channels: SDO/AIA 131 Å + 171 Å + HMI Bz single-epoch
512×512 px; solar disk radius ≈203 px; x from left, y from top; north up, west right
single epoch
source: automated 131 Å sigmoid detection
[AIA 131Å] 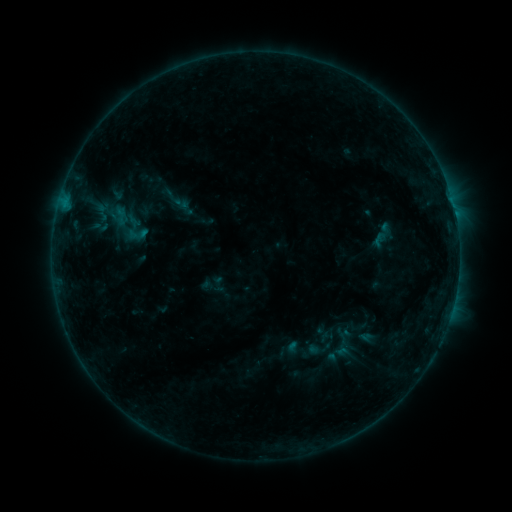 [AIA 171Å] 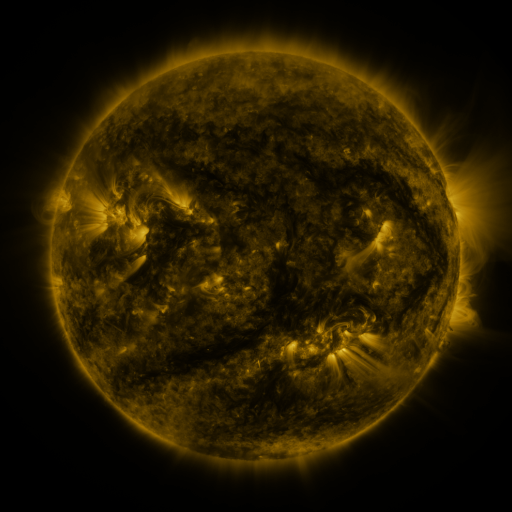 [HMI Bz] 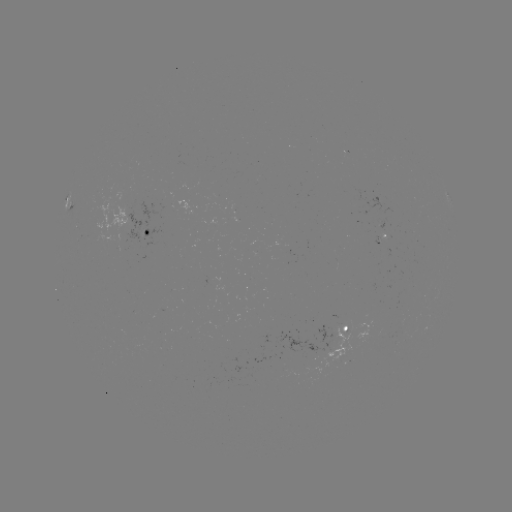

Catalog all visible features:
sigmoid: (121, 216)
sigmoid: (135, 229)
